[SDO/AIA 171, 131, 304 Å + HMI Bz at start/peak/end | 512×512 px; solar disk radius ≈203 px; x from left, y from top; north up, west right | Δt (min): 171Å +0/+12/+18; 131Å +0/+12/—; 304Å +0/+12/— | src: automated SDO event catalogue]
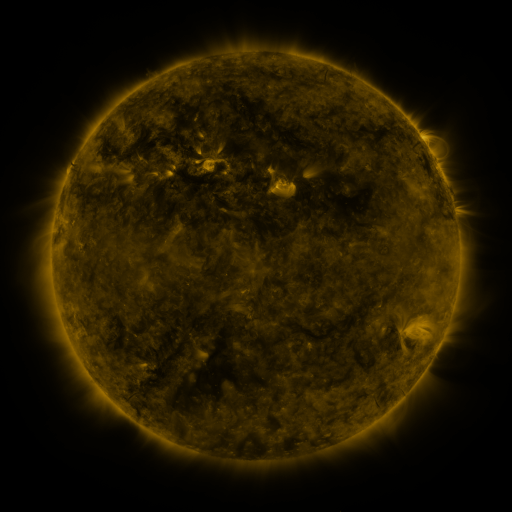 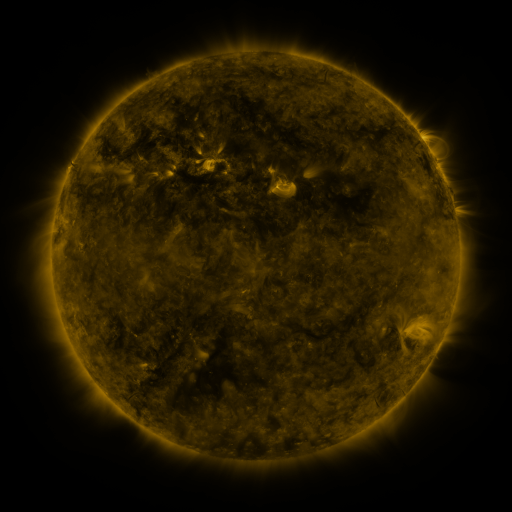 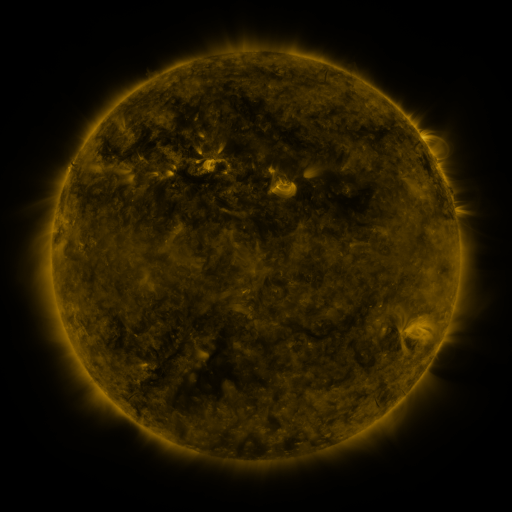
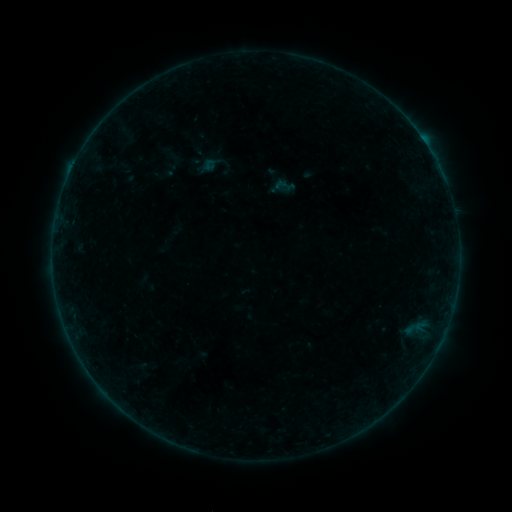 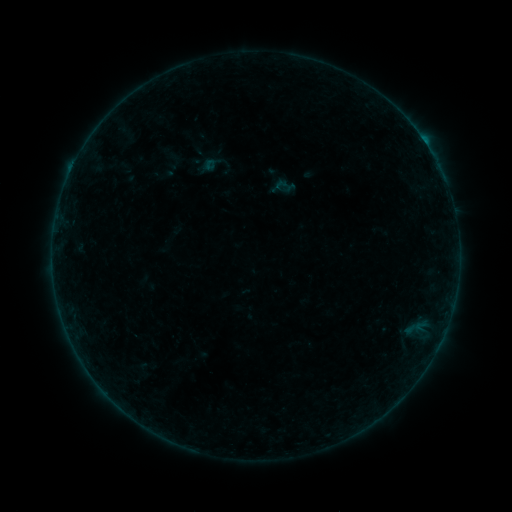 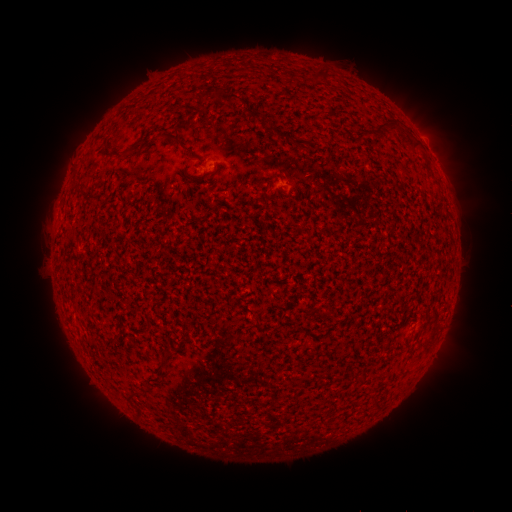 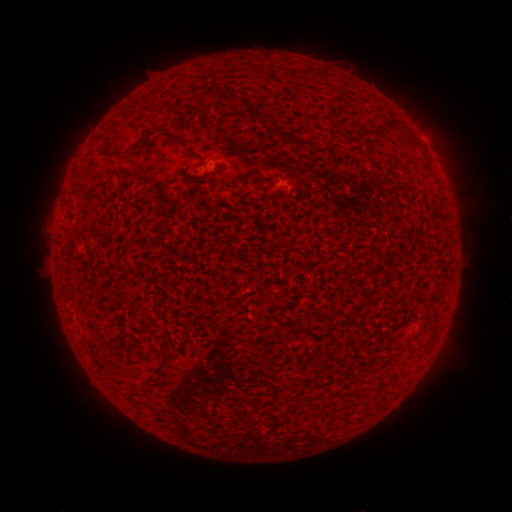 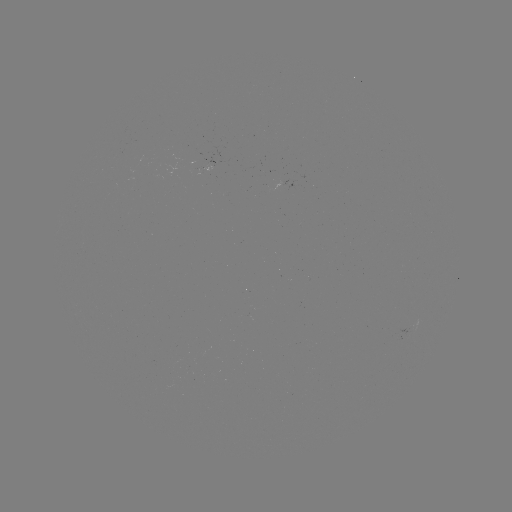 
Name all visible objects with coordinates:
B2.2 flare: (210, 165)
